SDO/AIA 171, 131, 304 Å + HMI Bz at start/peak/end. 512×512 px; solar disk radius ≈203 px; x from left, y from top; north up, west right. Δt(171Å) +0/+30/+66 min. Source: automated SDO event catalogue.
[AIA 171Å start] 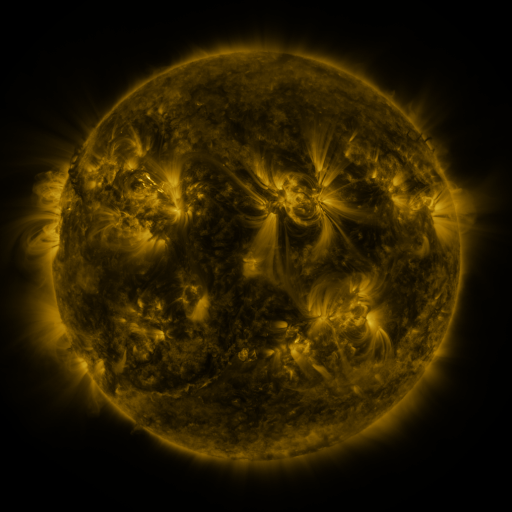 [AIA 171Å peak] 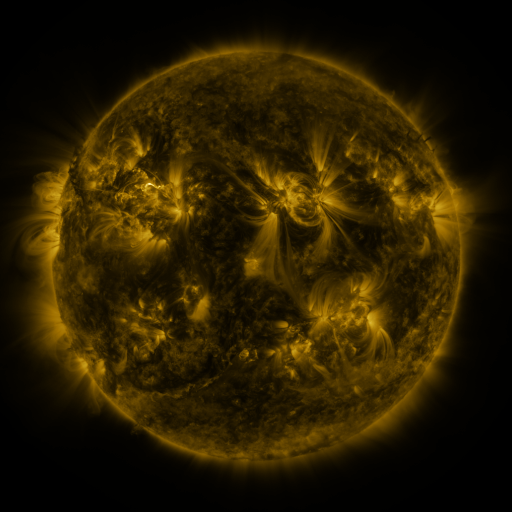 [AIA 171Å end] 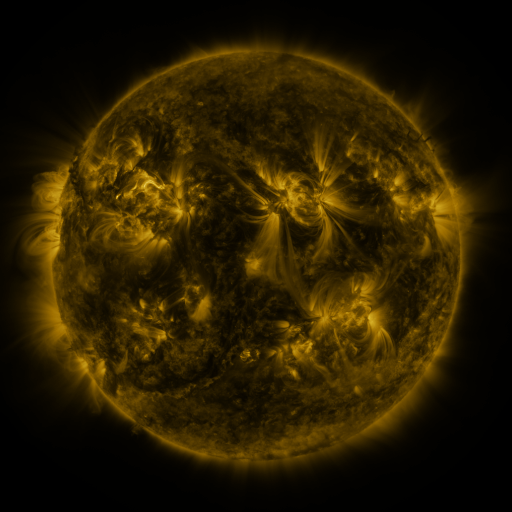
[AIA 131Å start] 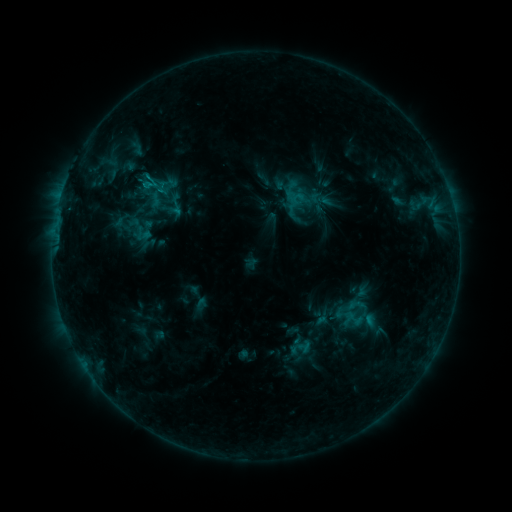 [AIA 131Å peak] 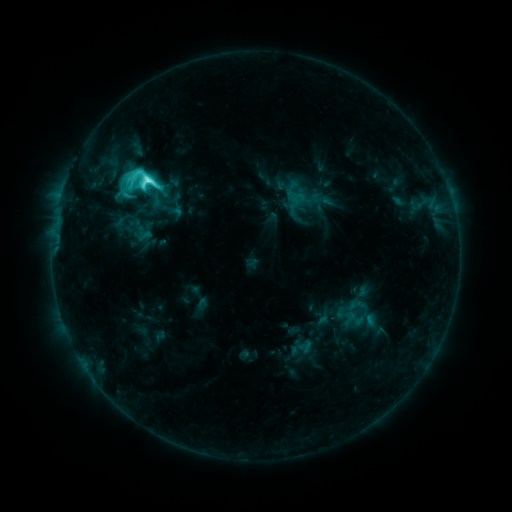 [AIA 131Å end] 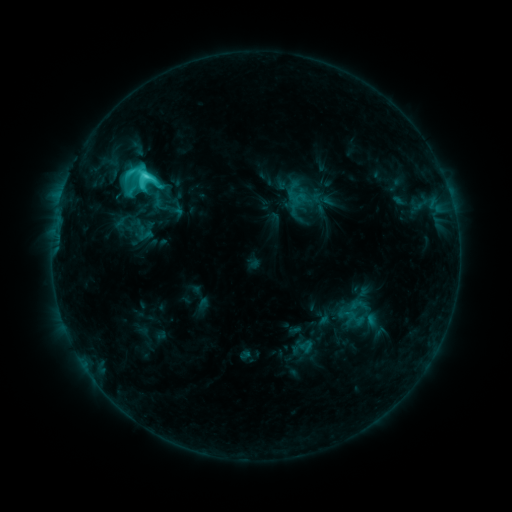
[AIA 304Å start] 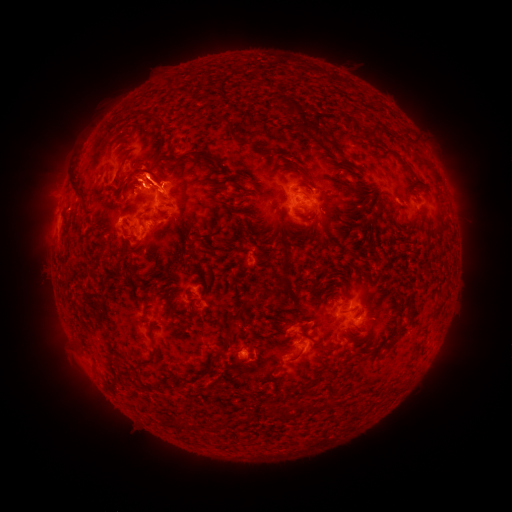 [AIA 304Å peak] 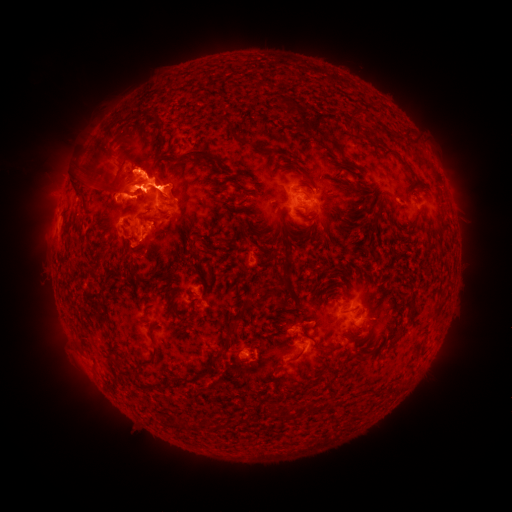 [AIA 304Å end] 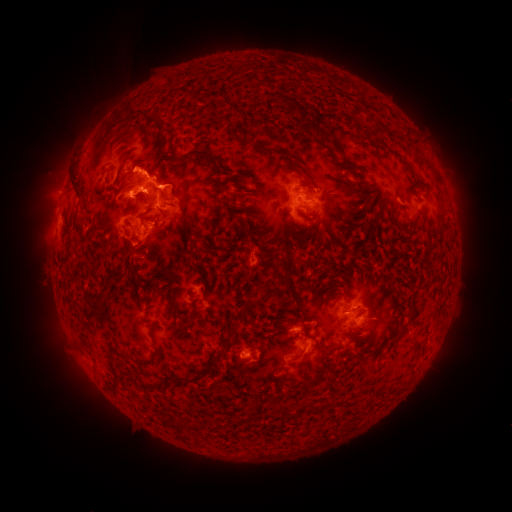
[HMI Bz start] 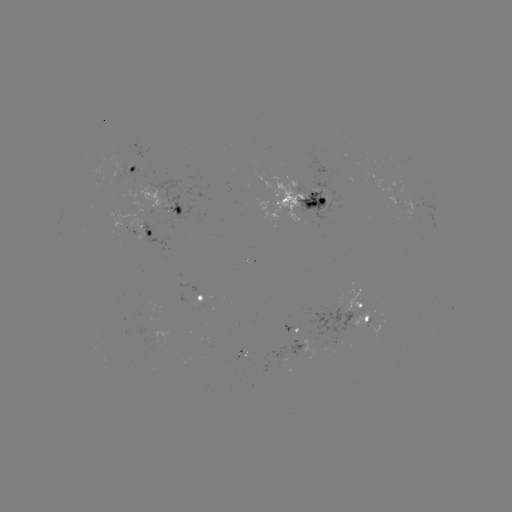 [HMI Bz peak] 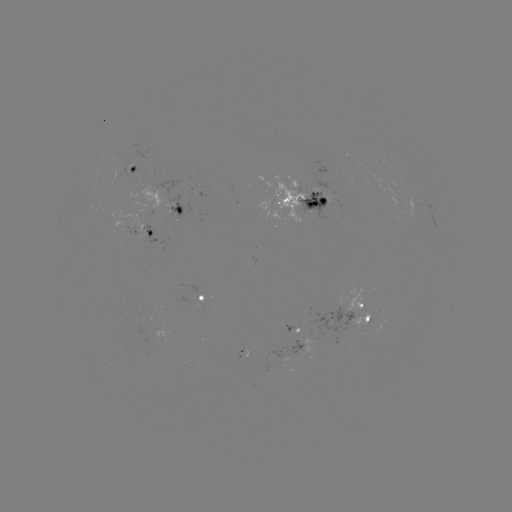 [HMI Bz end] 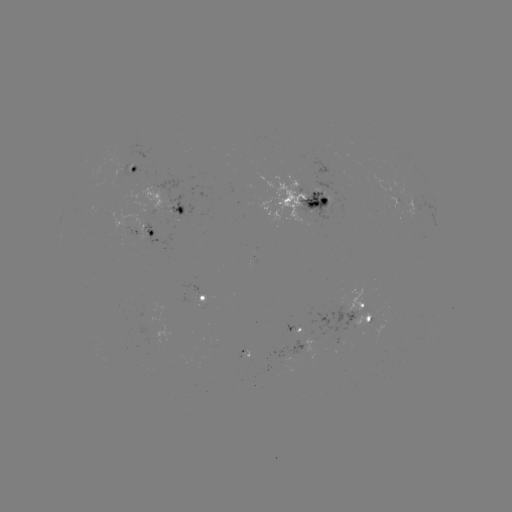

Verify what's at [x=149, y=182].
M1.1 flare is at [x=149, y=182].